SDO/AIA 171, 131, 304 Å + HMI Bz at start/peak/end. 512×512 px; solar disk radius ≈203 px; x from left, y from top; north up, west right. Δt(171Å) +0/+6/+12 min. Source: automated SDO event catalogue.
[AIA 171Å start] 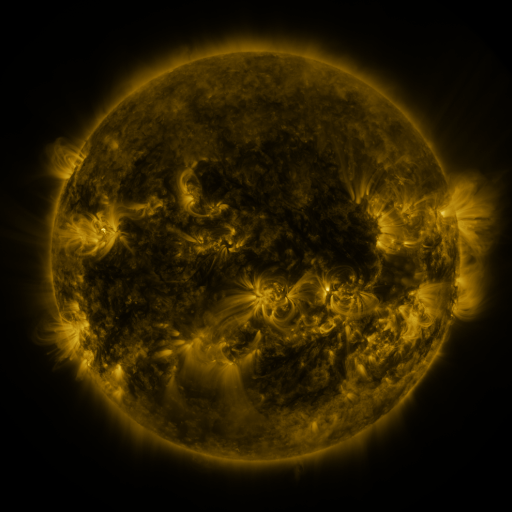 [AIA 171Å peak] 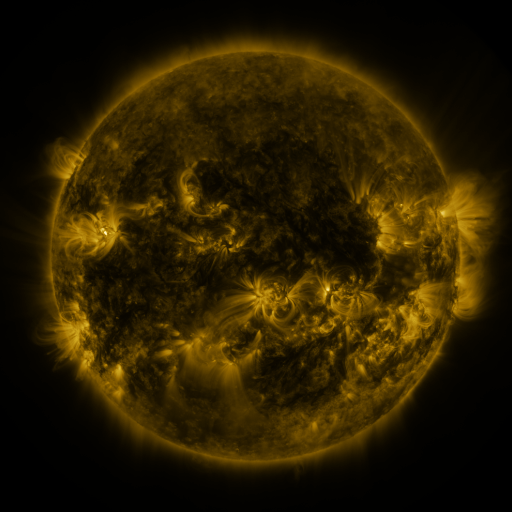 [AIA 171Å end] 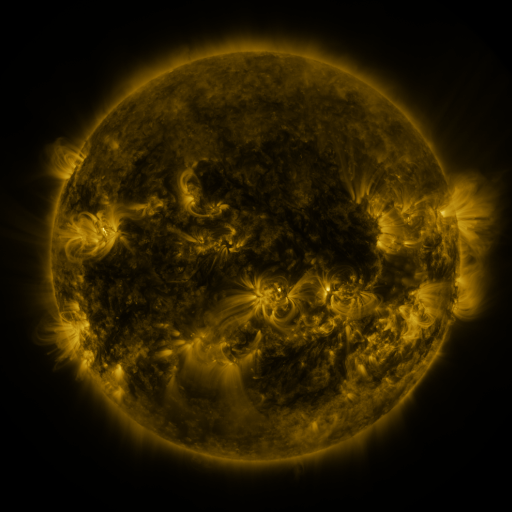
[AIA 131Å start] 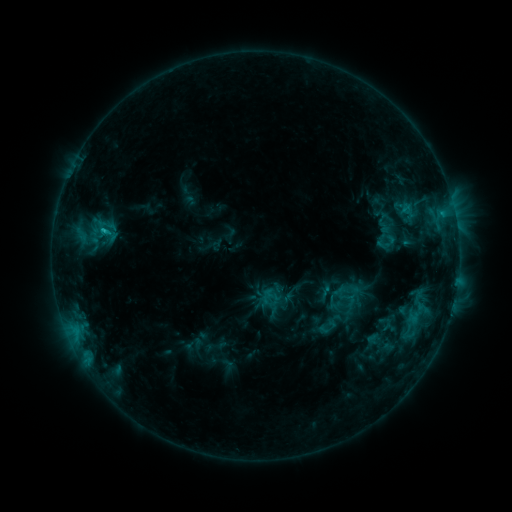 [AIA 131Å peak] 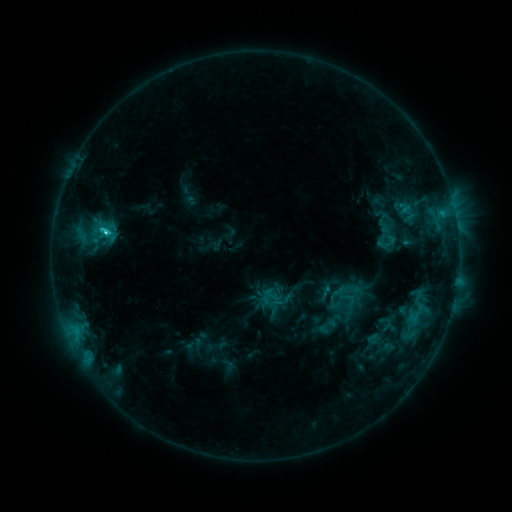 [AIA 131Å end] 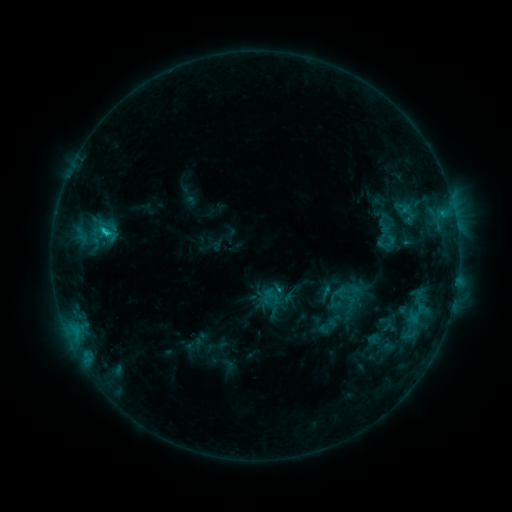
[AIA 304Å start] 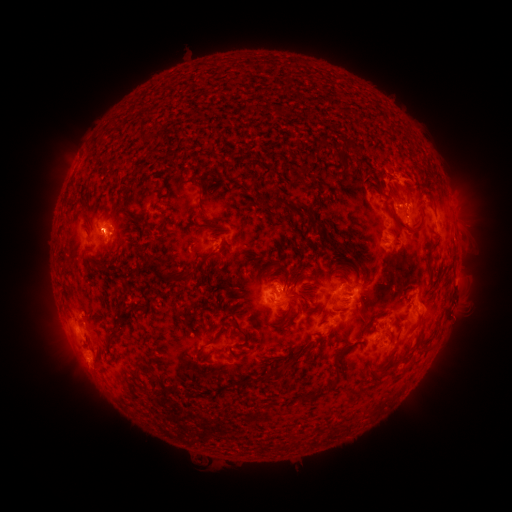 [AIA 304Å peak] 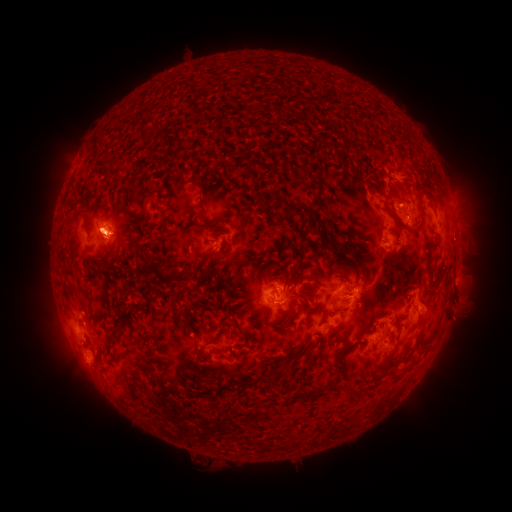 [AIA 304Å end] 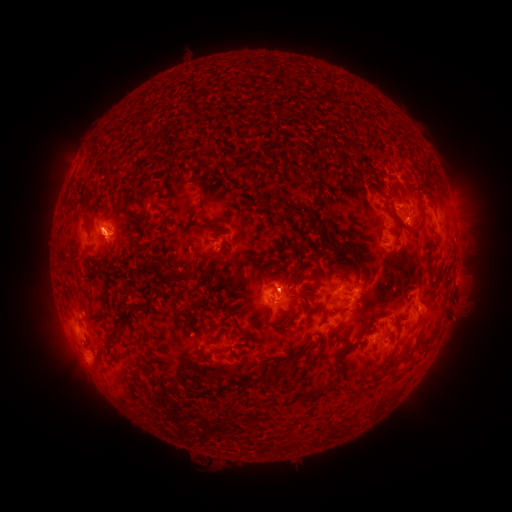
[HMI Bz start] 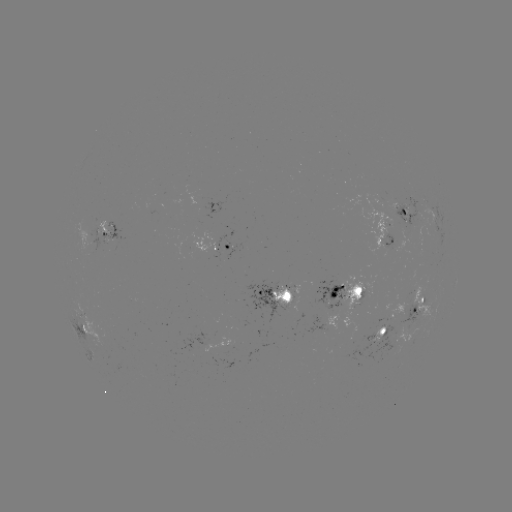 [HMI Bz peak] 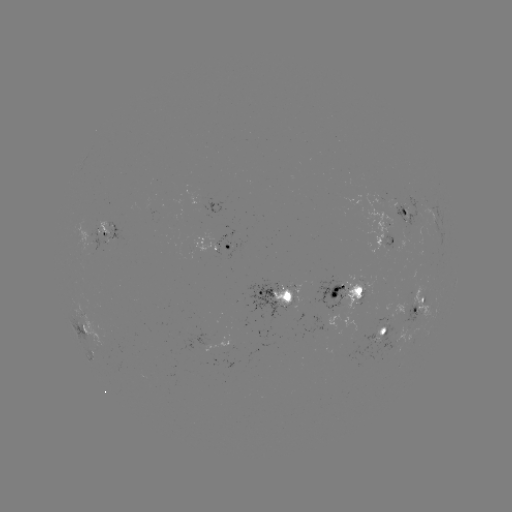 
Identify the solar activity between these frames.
C3.1 flare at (106, 232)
